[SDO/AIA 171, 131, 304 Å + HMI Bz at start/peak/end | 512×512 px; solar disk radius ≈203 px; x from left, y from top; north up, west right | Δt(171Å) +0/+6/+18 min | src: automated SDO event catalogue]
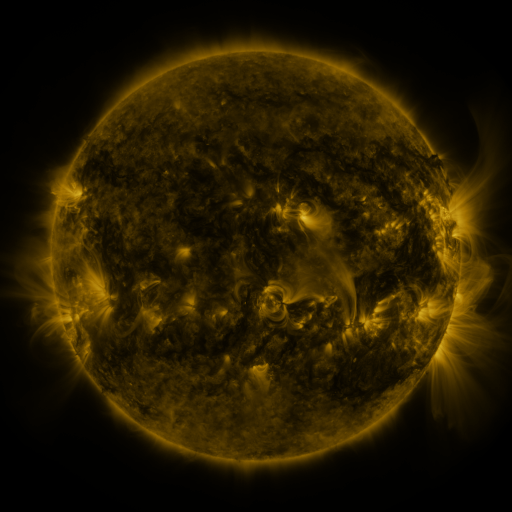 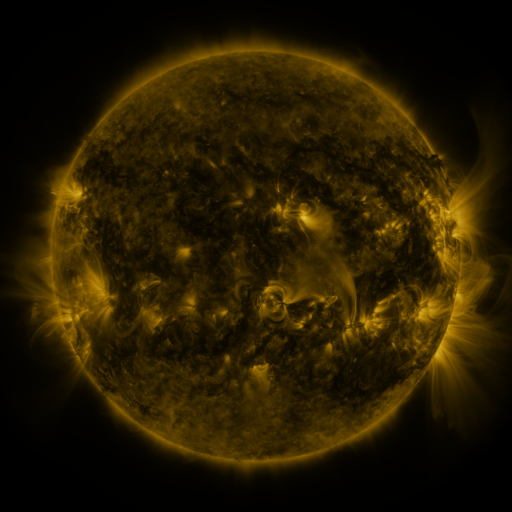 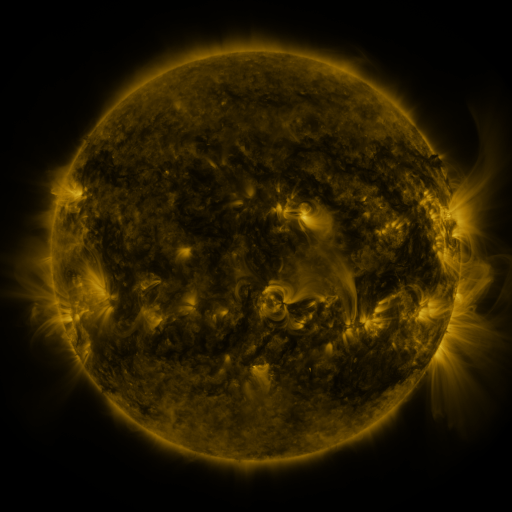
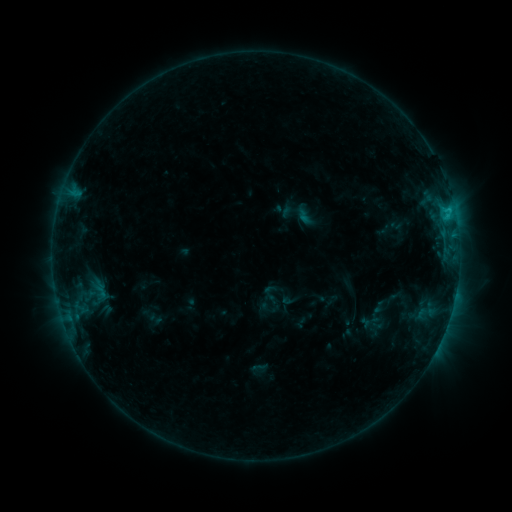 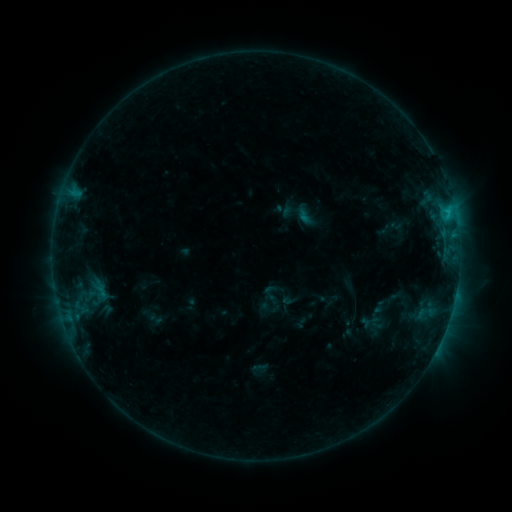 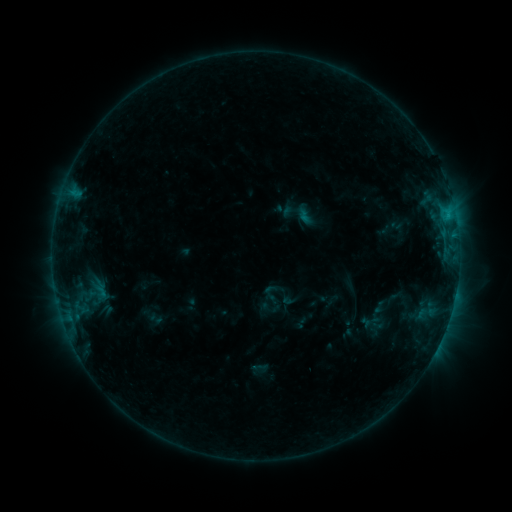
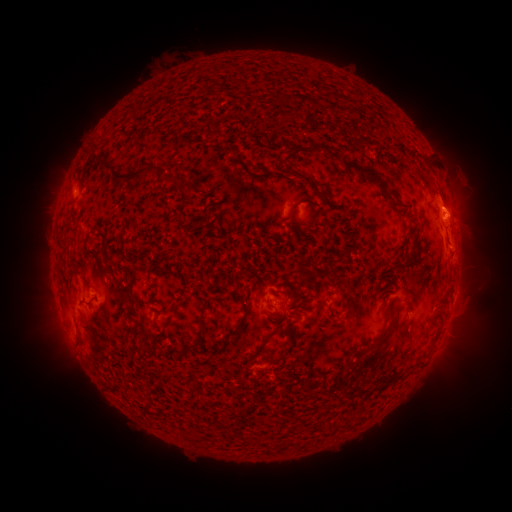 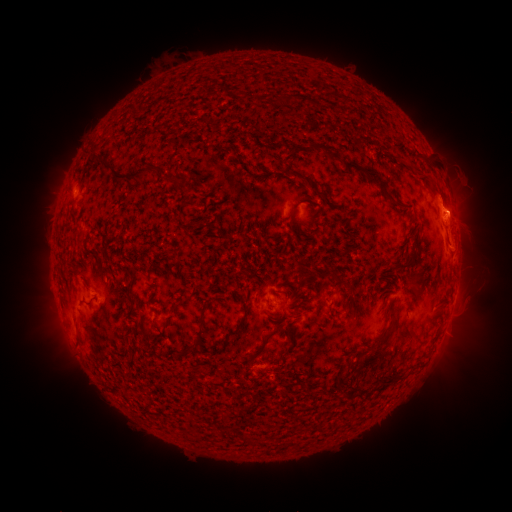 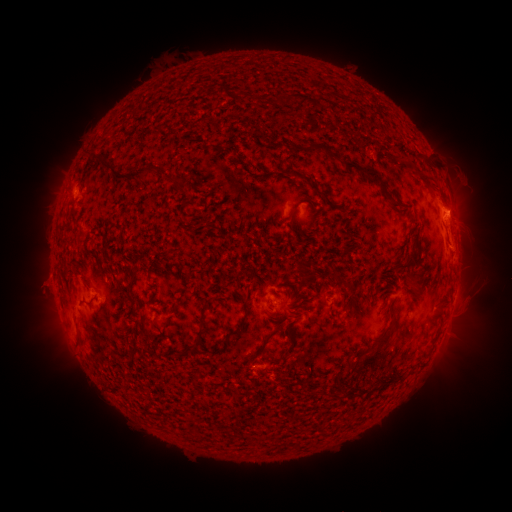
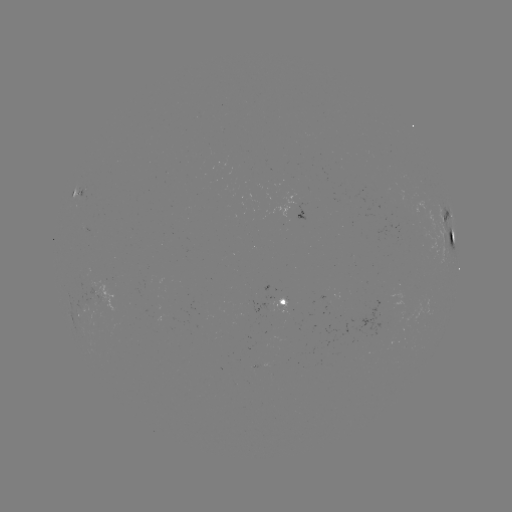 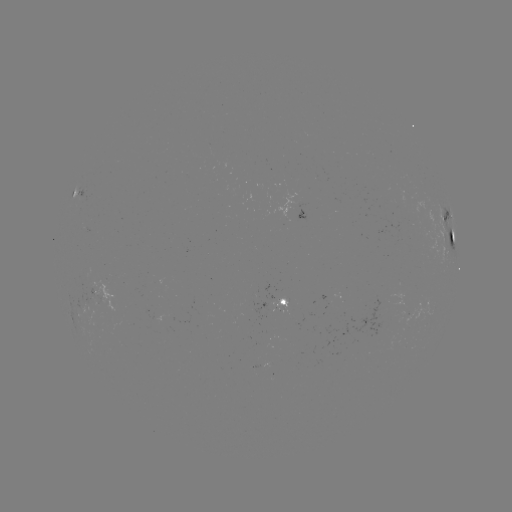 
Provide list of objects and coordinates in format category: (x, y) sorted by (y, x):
eruption: (442, 189)
